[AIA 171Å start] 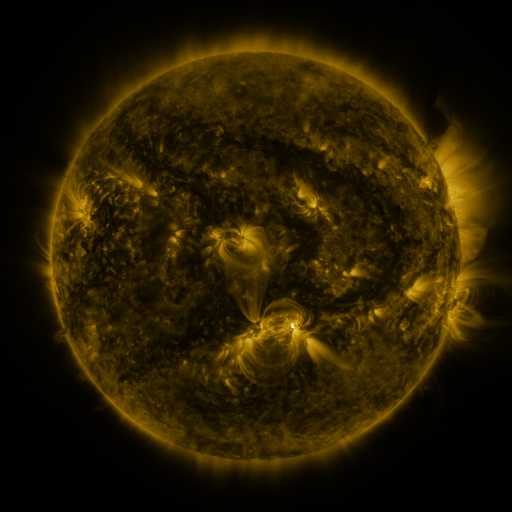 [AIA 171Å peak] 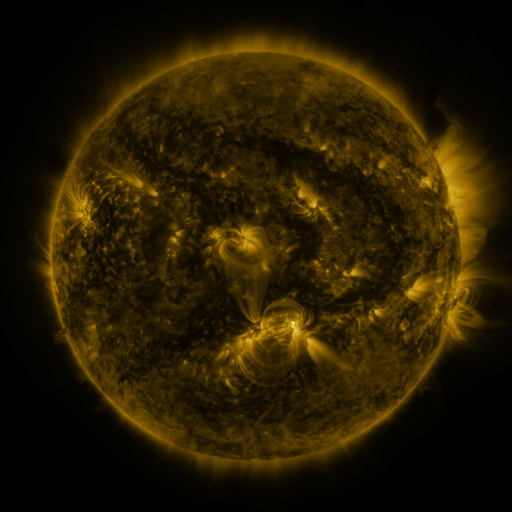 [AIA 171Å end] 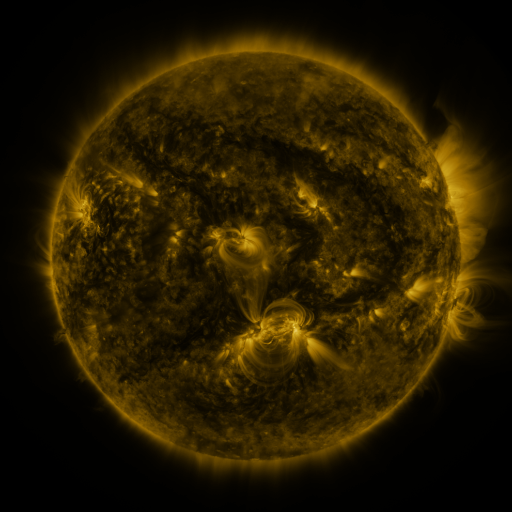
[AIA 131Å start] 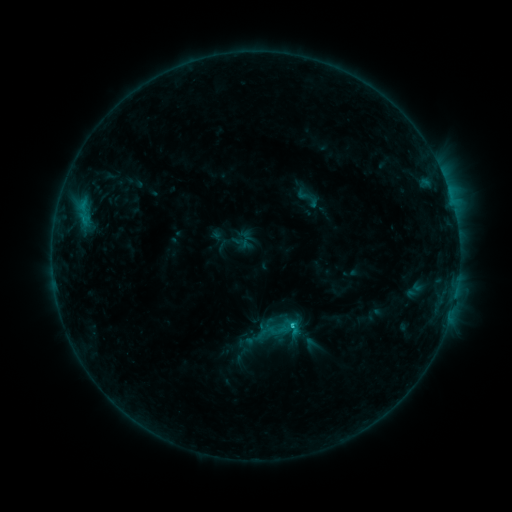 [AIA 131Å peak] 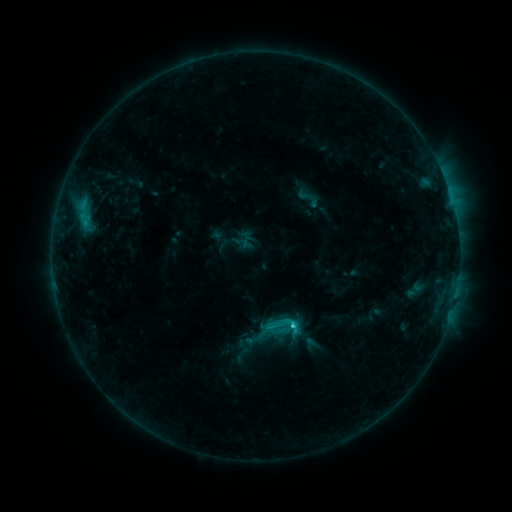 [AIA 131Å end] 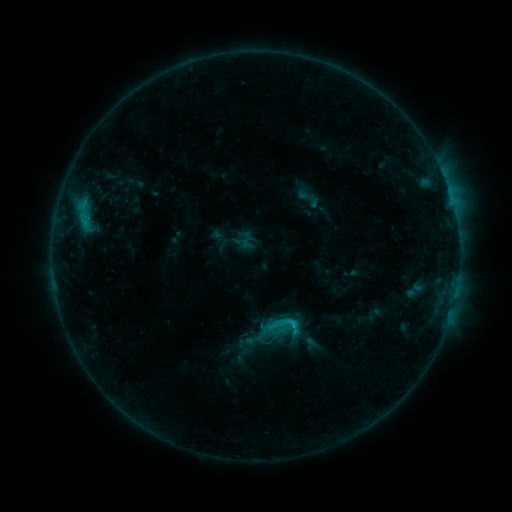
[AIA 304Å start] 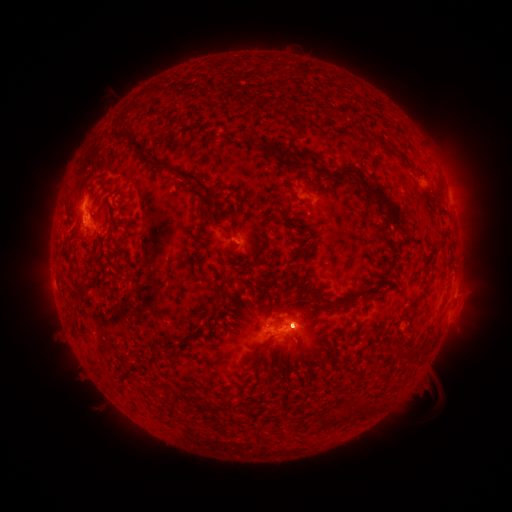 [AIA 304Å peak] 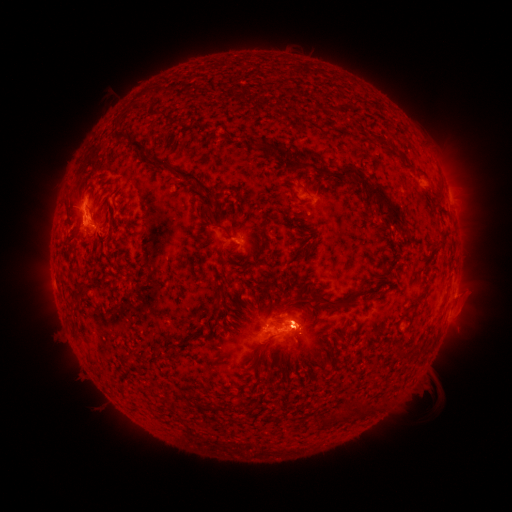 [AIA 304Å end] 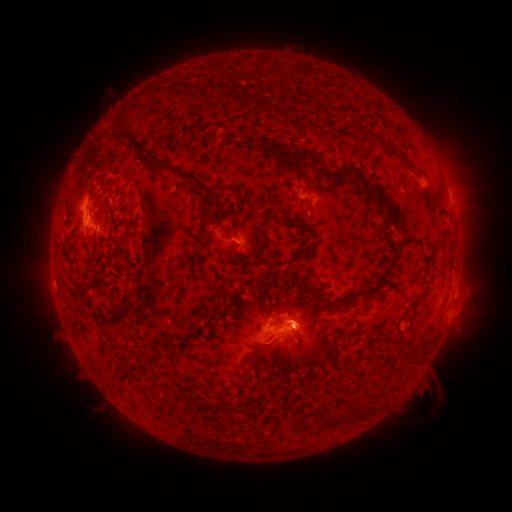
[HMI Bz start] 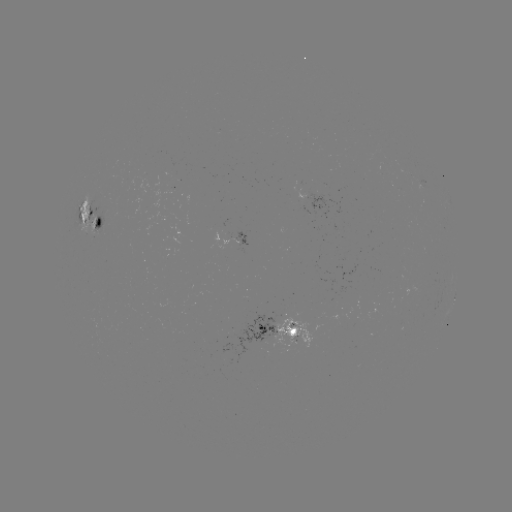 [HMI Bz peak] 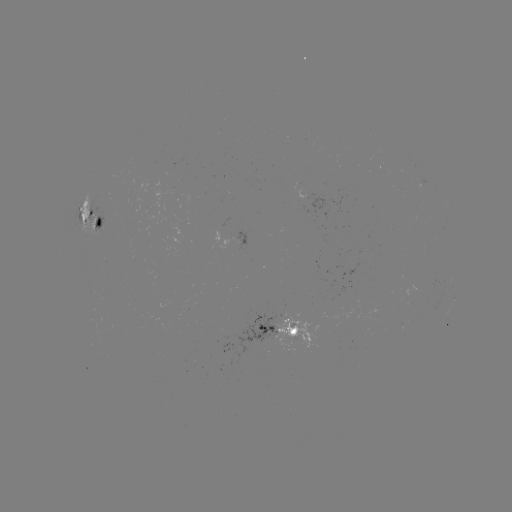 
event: flare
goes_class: C1.9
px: (293, 323)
